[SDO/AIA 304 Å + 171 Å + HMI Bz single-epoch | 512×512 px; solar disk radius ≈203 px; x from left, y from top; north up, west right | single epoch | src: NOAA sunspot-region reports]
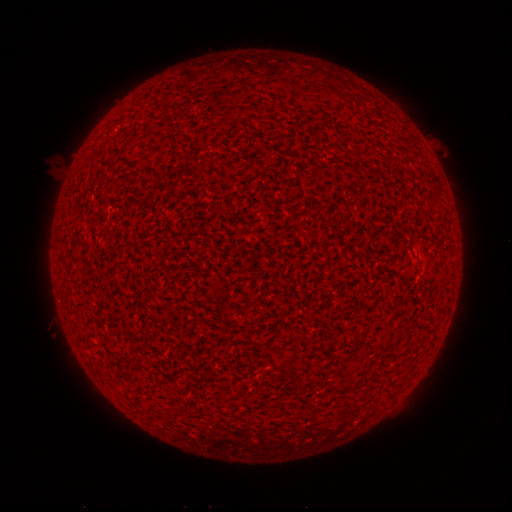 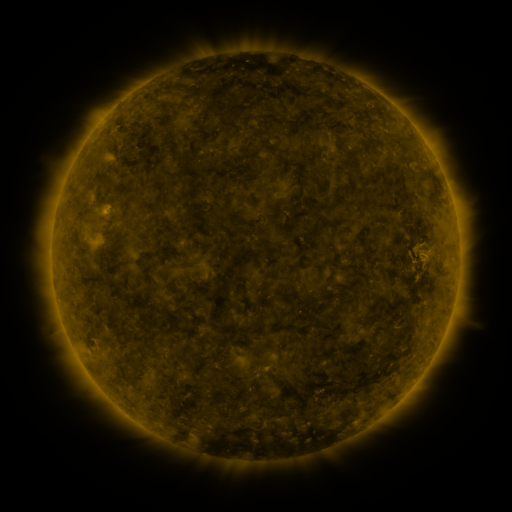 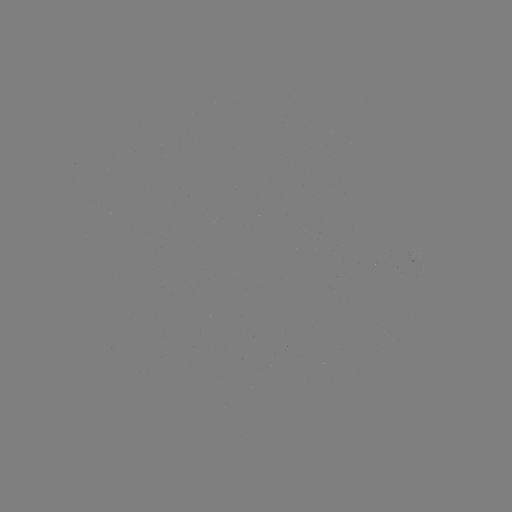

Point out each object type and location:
(none)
